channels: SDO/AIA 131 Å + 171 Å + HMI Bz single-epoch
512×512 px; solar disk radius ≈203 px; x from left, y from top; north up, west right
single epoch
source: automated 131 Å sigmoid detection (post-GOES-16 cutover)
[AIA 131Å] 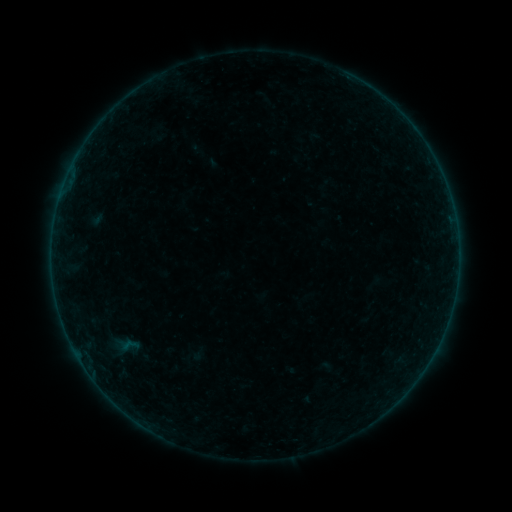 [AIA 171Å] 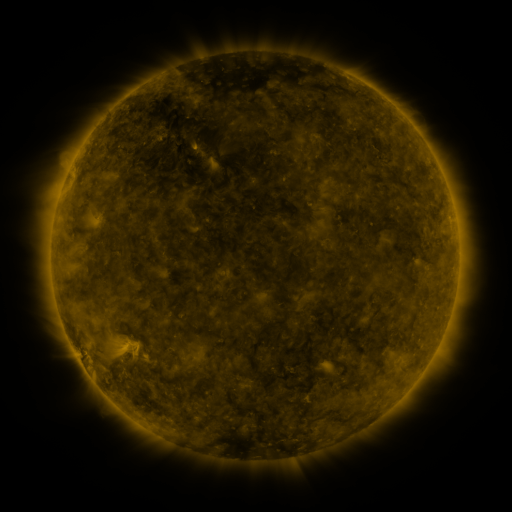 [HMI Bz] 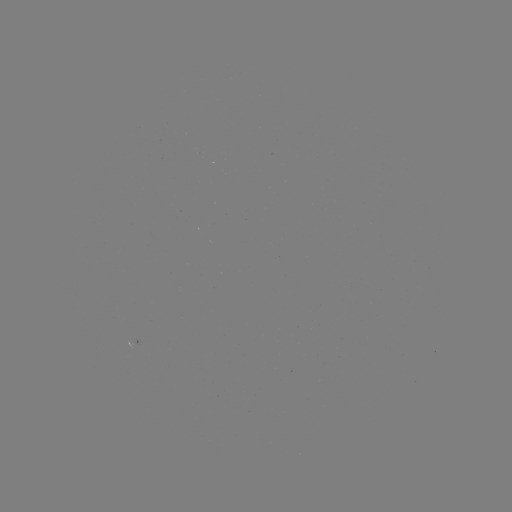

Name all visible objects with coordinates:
sigmoid: [112, 334, 147, 357]
